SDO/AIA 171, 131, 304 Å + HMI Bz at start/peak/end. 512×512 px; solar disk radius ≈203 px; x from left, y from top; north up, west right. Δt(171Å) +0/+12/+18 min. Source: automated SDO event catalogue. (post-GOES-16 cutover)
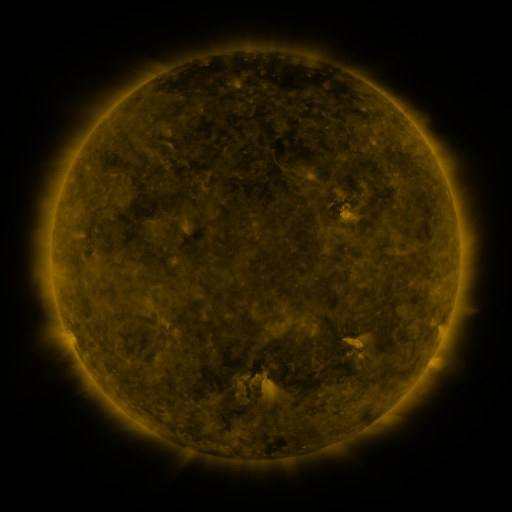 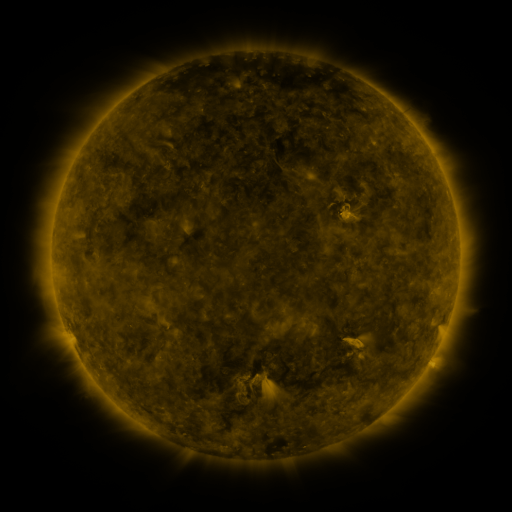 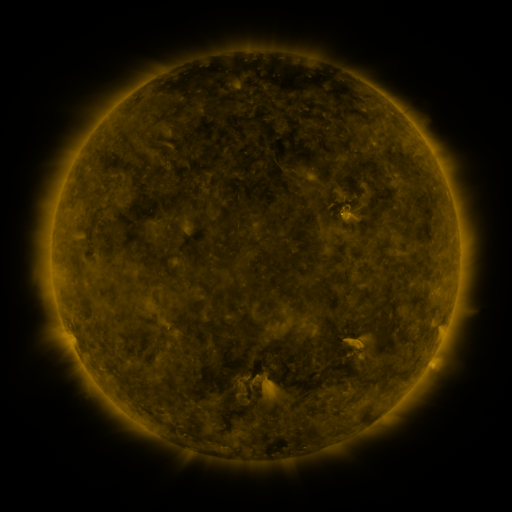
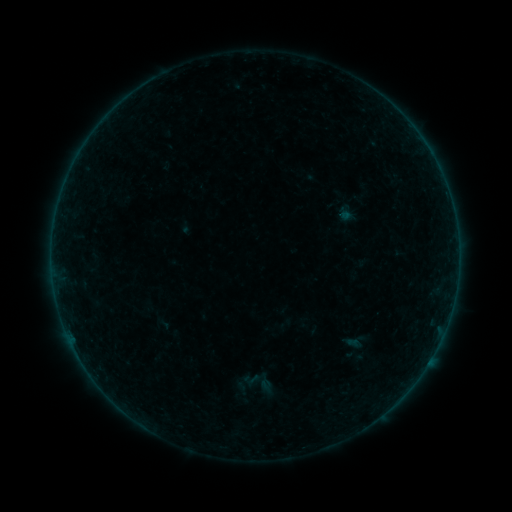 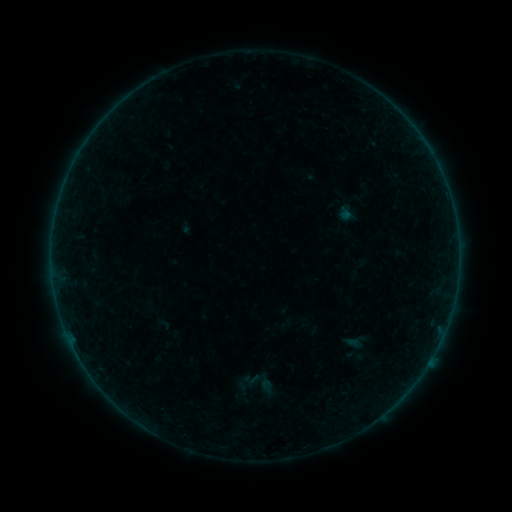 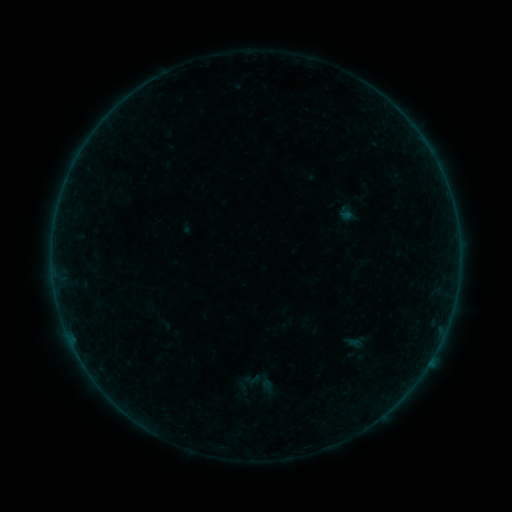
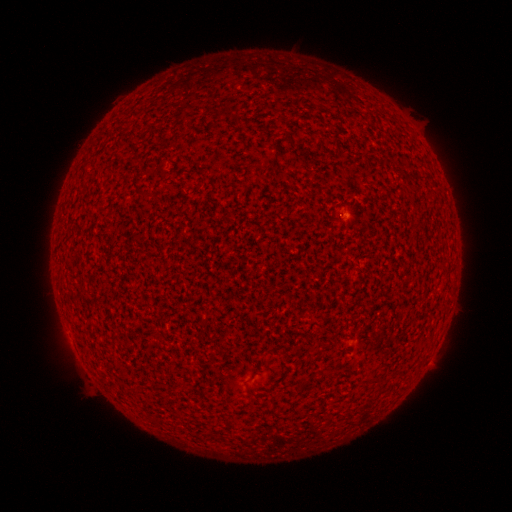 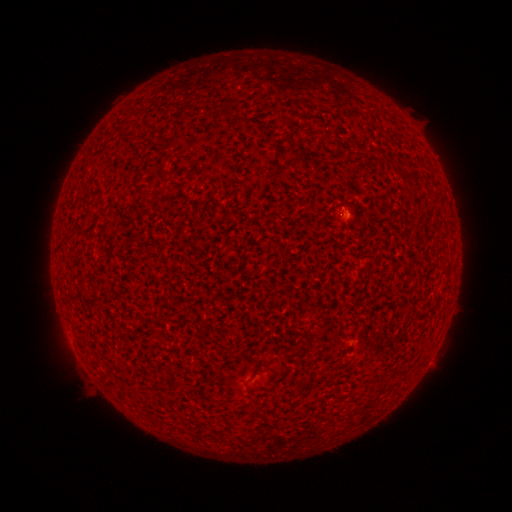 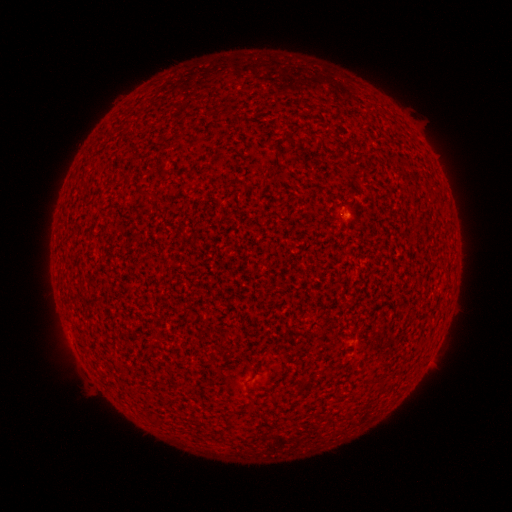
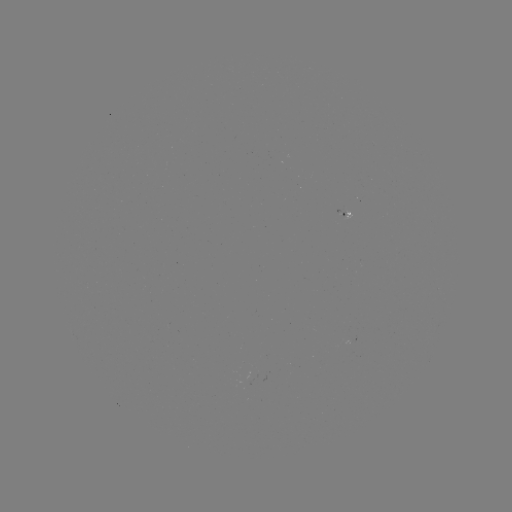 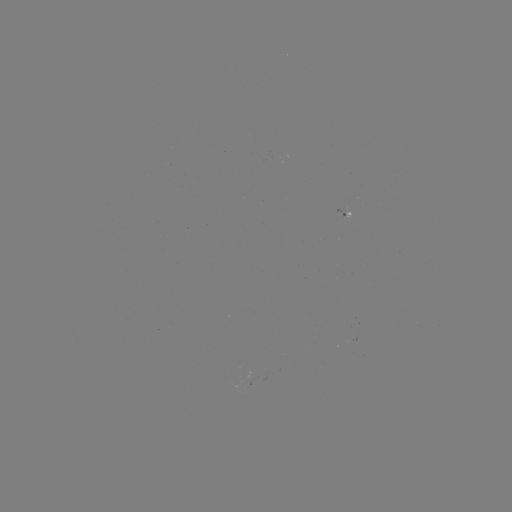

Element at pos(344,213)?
A1.6 flare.